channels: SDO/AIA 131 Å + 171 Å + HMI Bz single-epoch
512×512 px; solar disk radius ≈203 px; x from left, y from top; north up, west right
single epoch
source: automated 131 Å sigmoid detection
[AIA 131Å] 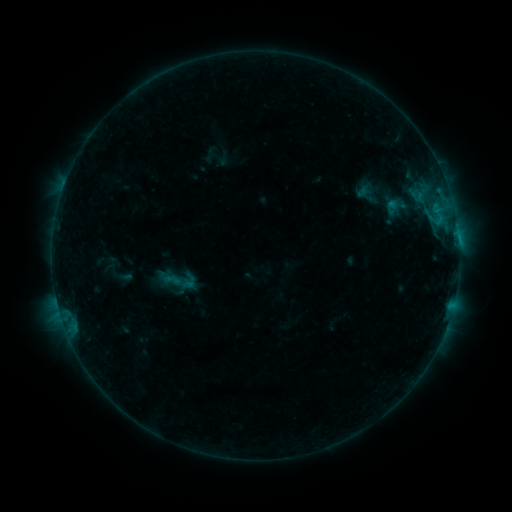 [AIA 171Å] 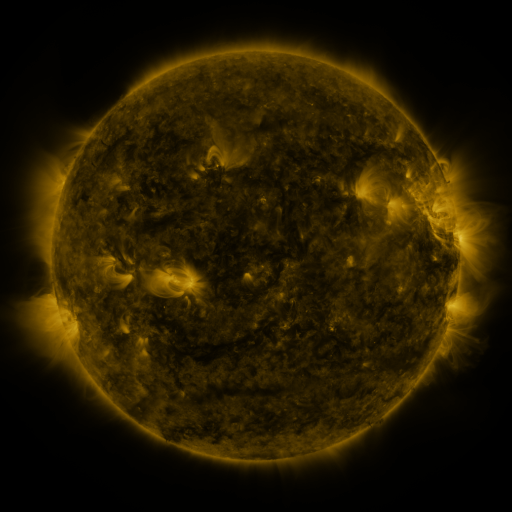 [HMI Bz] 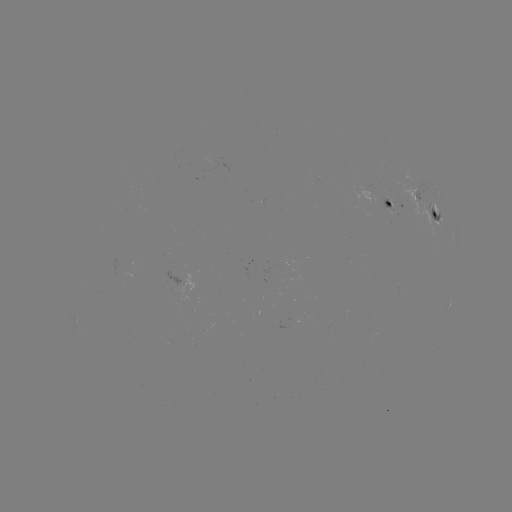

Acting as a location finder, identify sigmoid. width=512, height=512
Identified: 177,279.